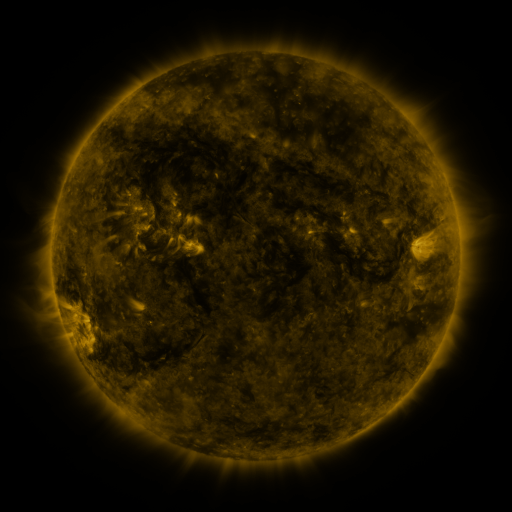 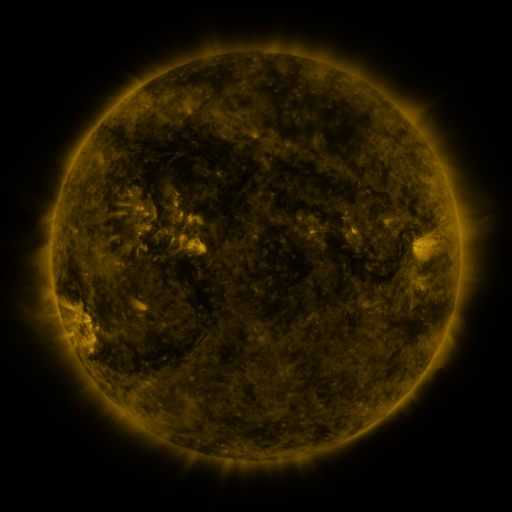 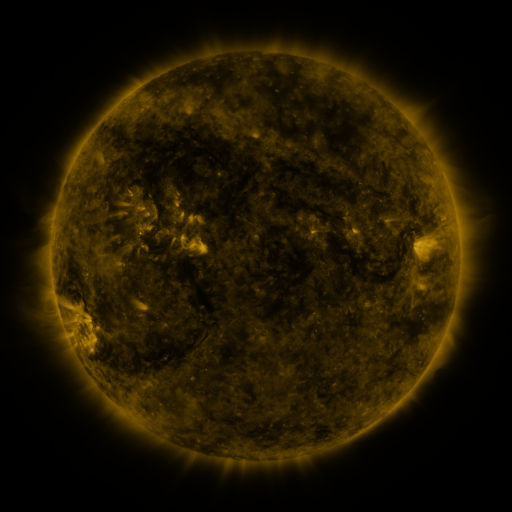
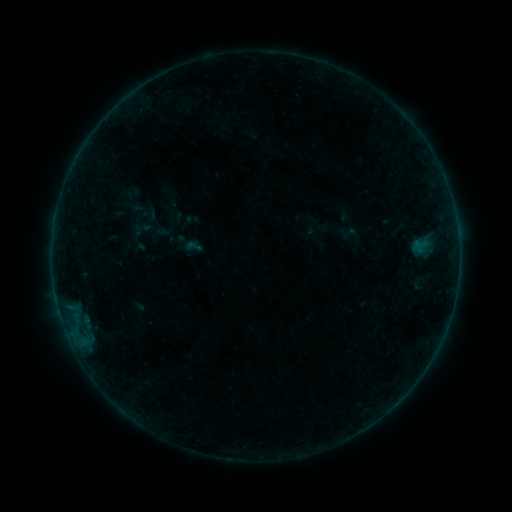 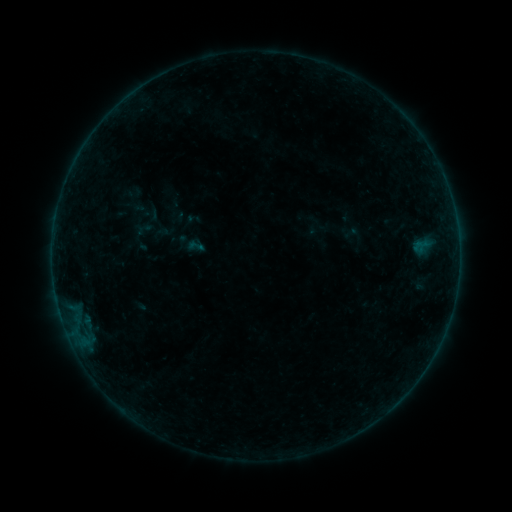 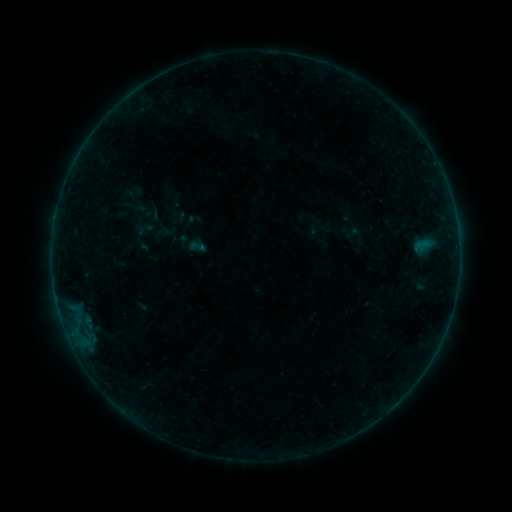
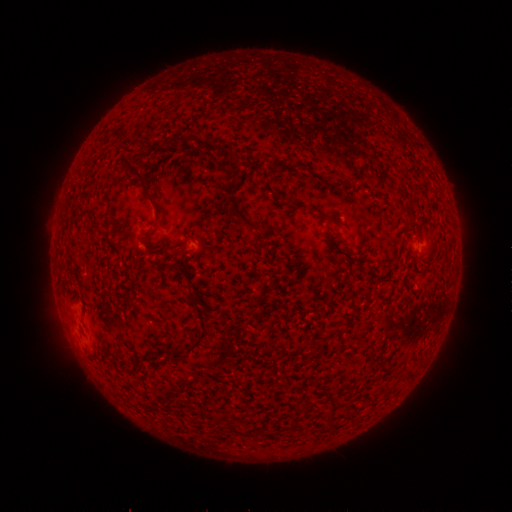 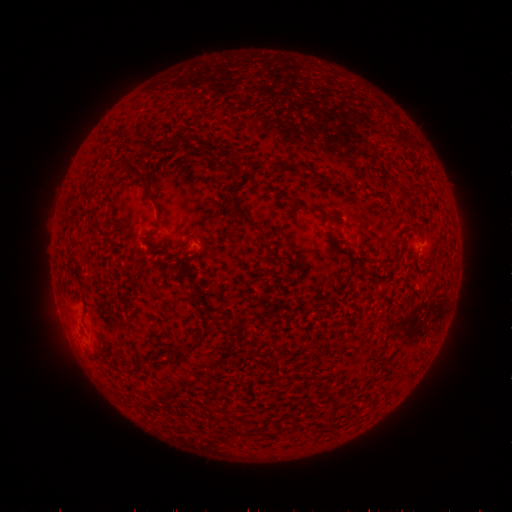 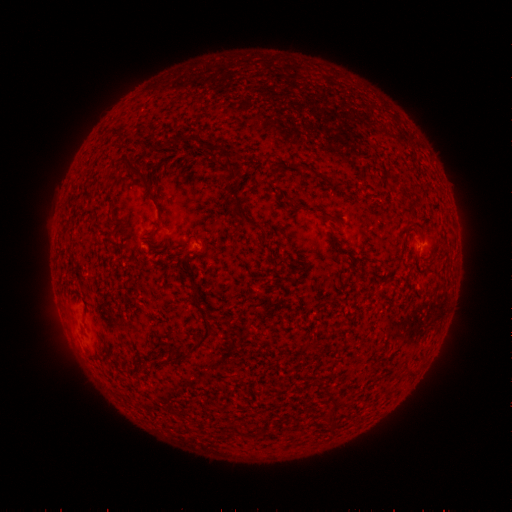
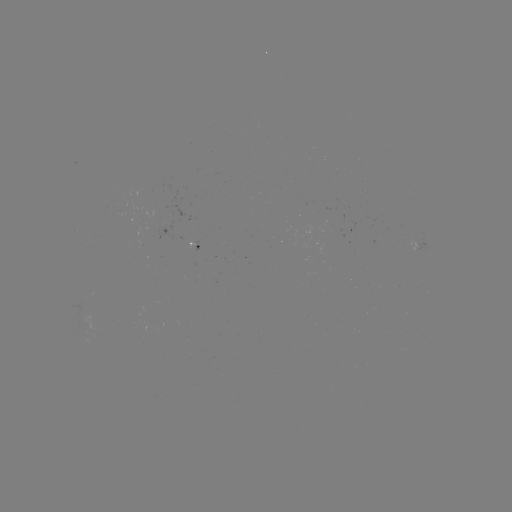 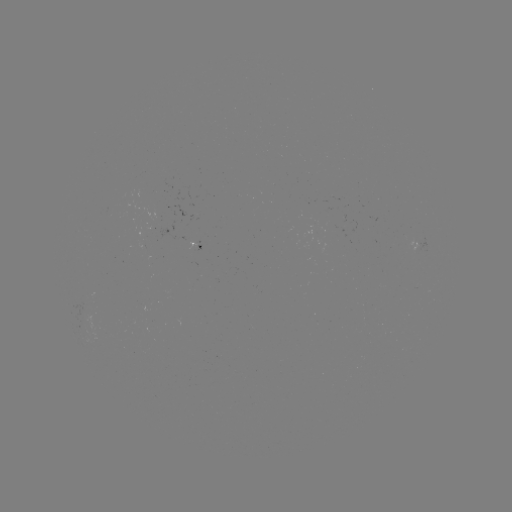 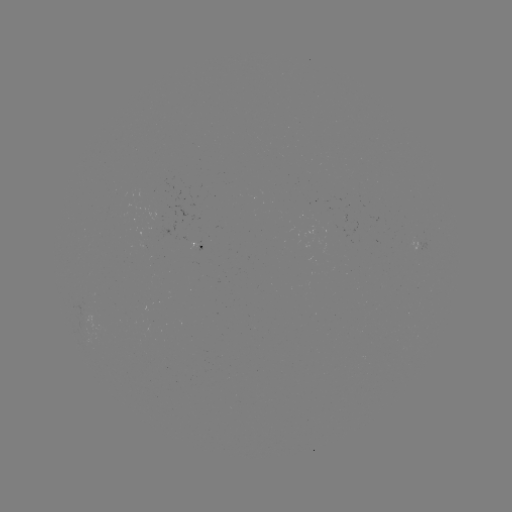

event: emerging-flux region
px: (420, 244)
